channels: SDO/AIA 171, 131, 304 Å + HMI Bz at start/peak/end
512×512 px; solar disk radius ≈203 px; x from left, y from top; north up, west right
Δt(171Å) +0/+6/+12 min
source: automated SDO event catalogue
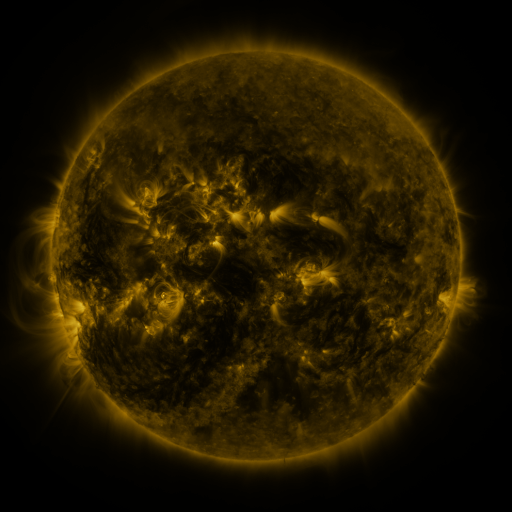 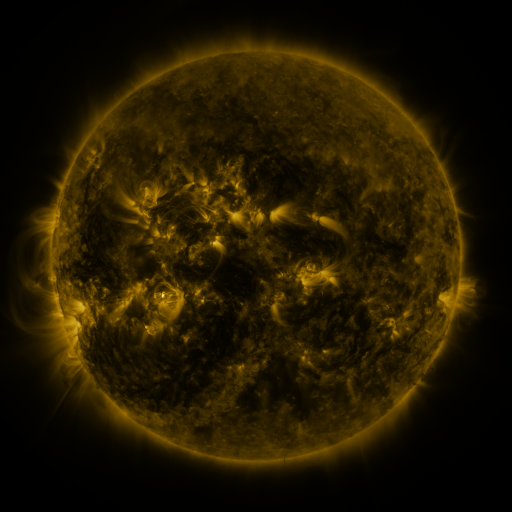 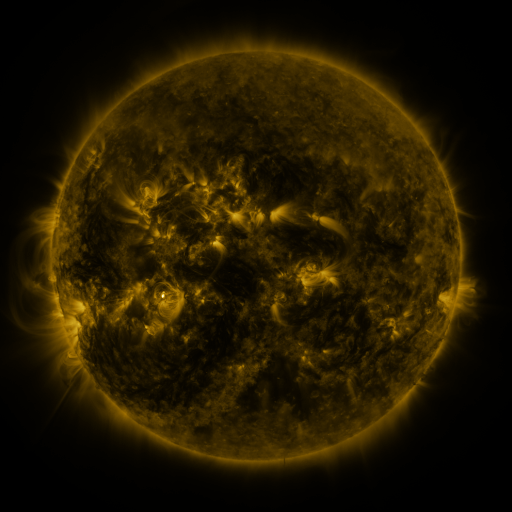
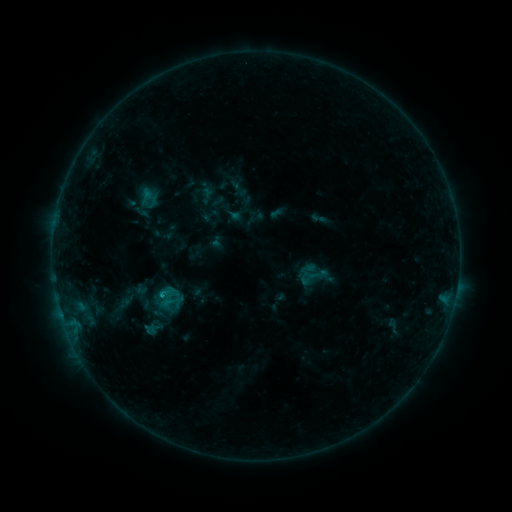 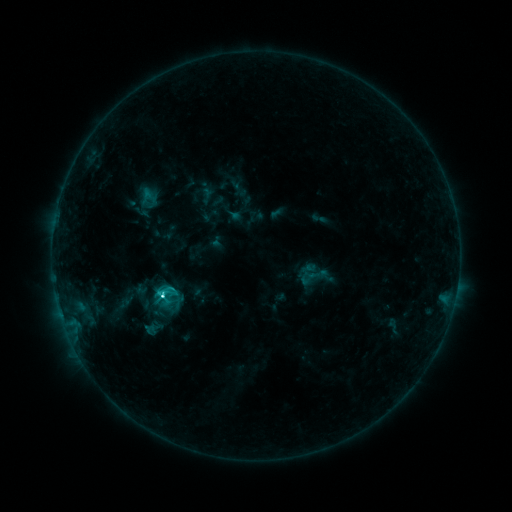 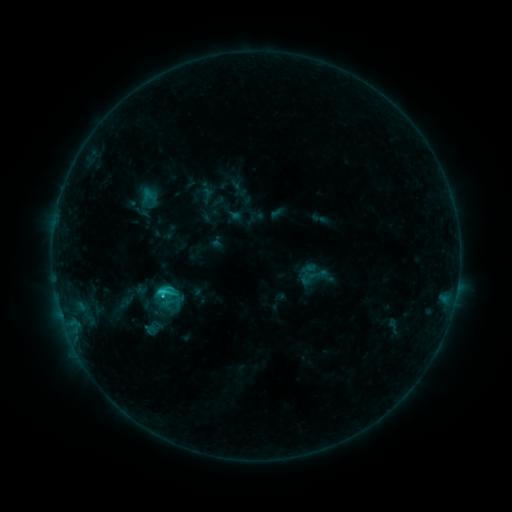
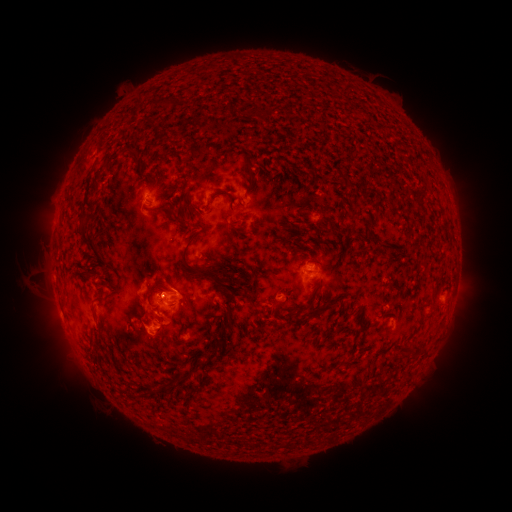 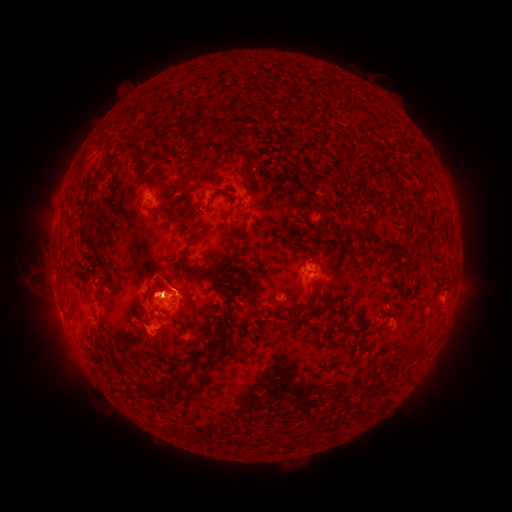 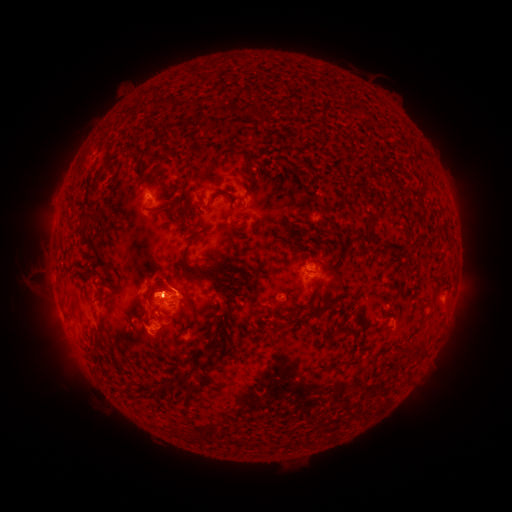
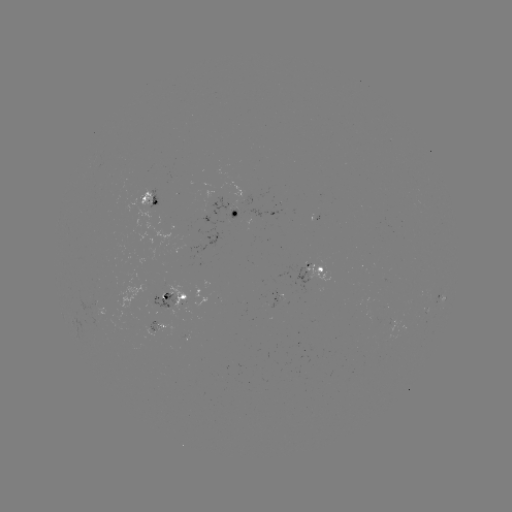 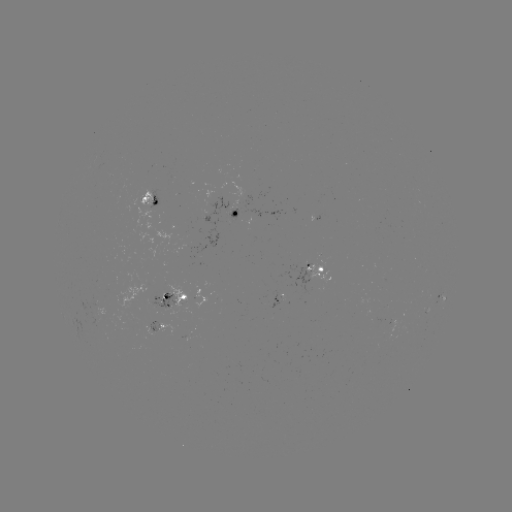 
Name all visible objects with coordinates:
C3.6 flare: (161, 294)
